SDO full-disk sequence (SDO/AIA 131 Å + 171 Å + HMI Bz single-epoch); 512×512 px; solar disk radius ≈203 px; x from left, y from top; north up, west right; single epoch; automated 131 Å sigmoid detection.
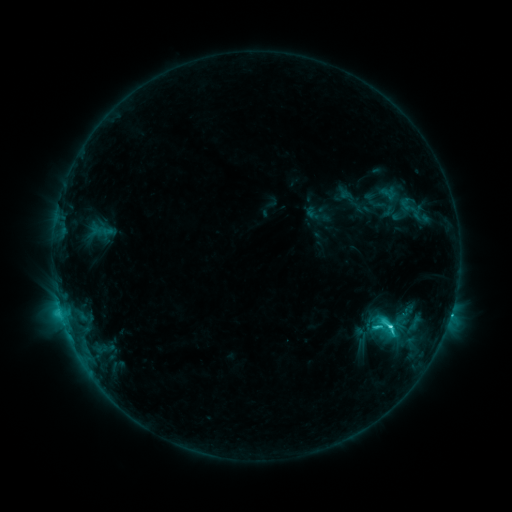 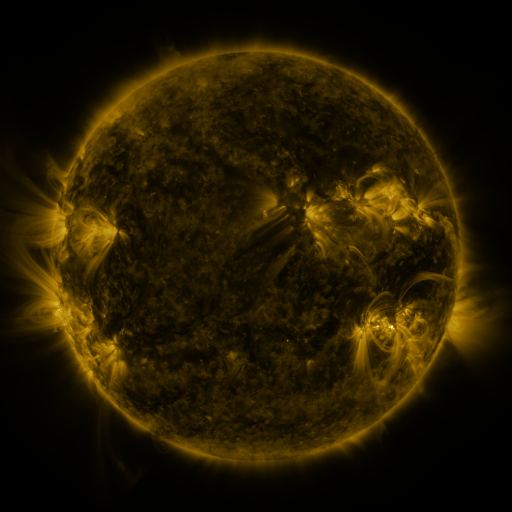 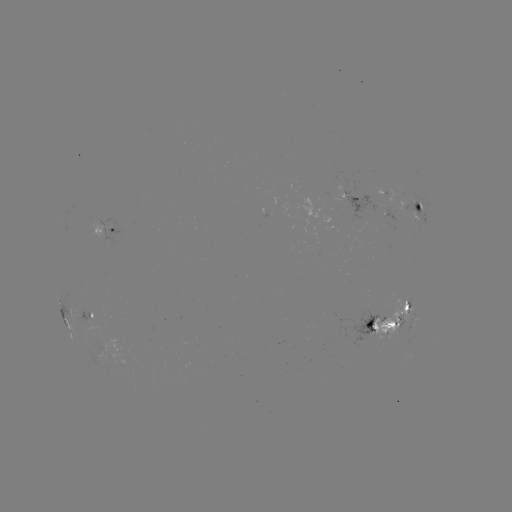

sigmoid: <bbox>378, 316, 398, 337</bbox>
